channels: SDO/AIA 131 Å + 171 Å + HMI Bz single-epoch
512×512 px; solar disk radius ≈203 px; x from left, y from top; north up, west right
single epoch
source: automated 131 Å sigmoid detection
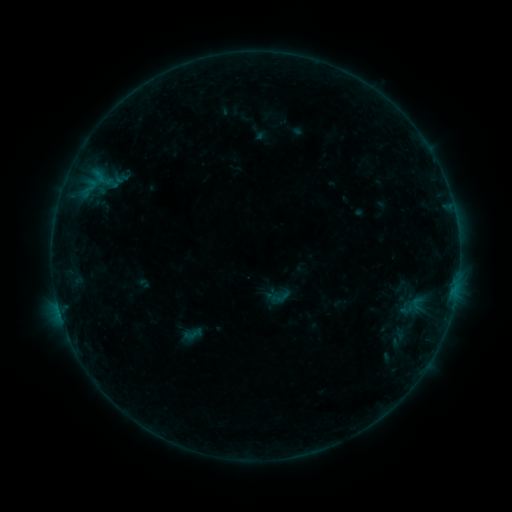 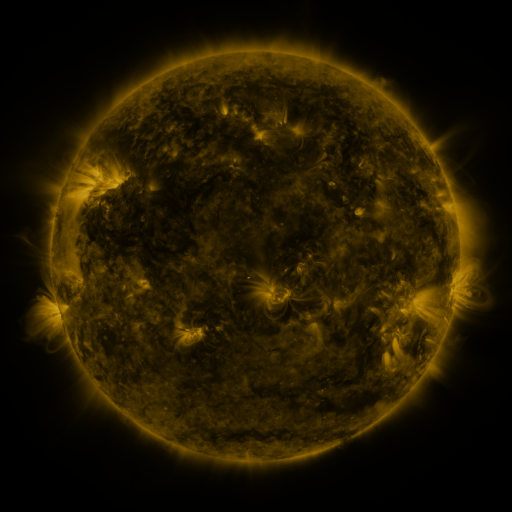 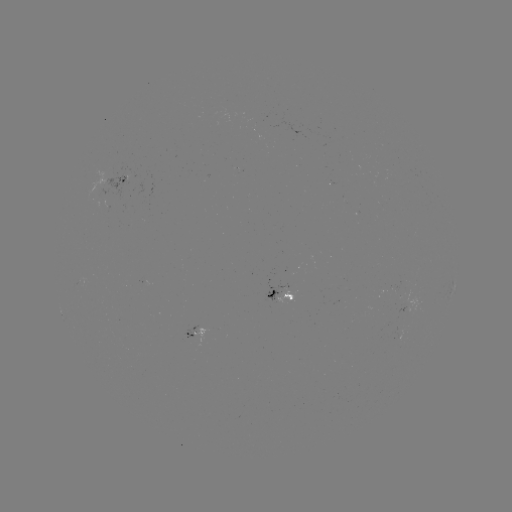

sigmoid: (269, 286, 291, 309)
